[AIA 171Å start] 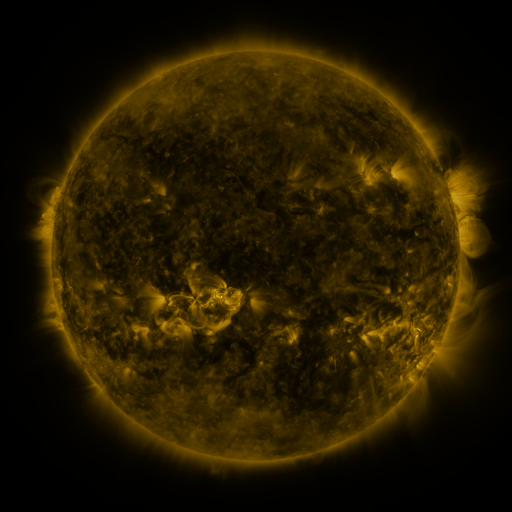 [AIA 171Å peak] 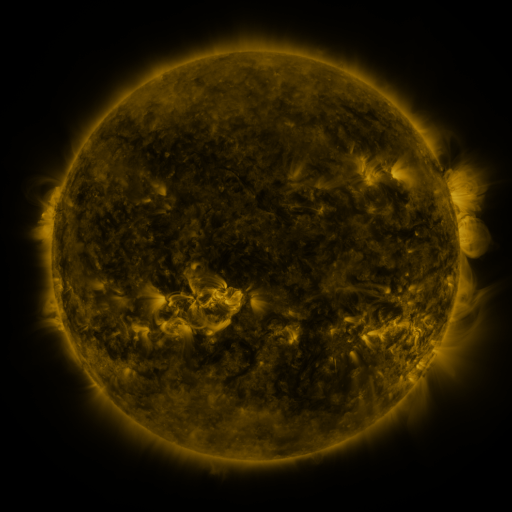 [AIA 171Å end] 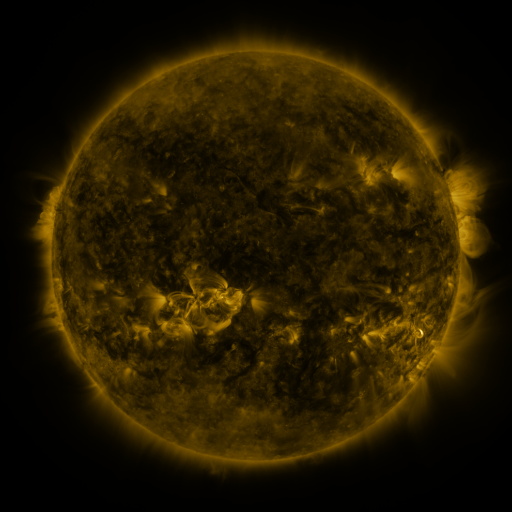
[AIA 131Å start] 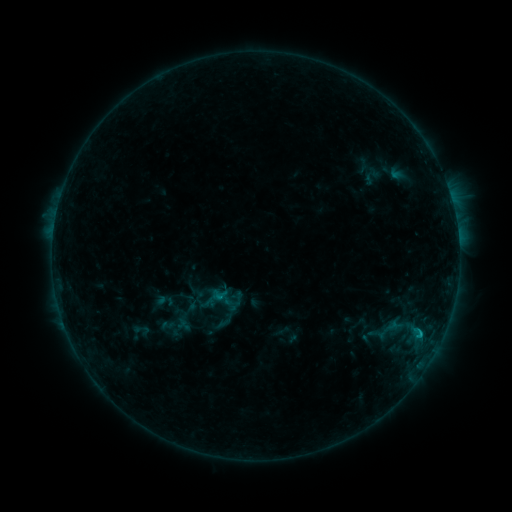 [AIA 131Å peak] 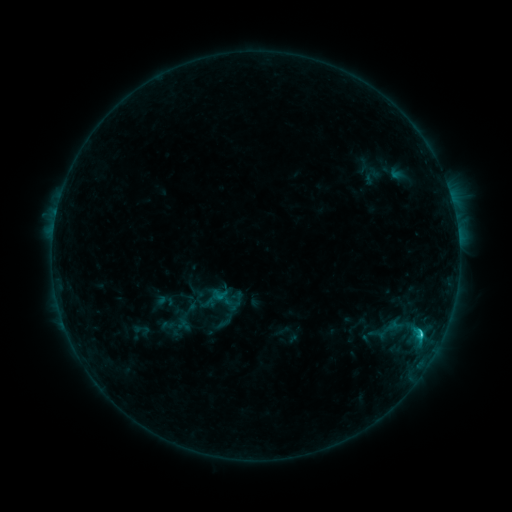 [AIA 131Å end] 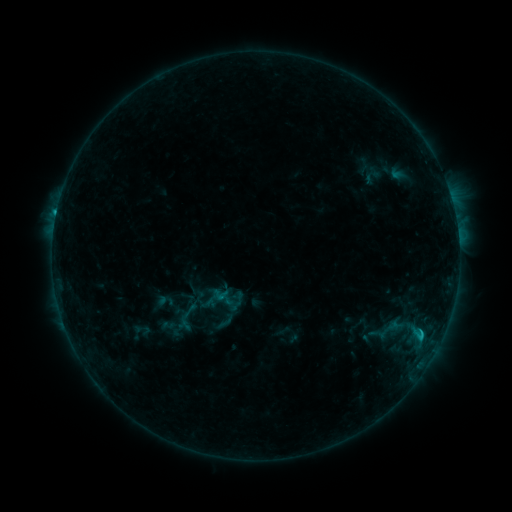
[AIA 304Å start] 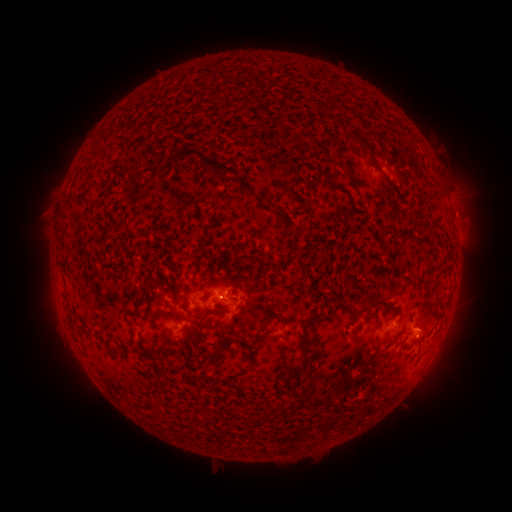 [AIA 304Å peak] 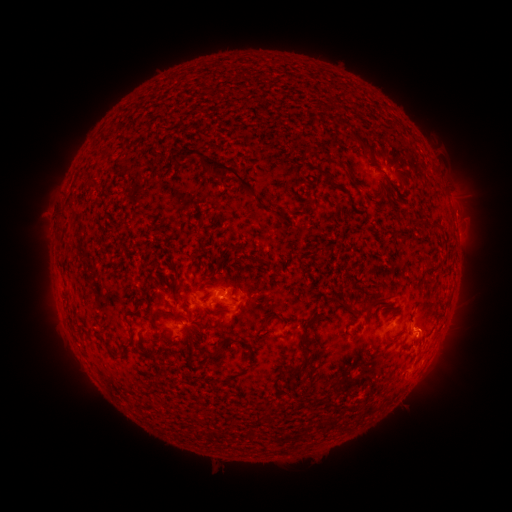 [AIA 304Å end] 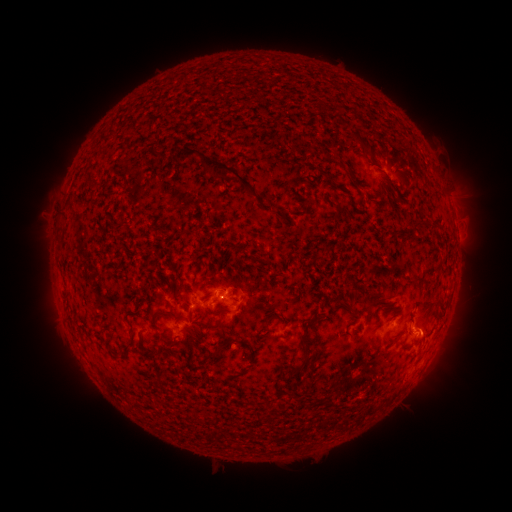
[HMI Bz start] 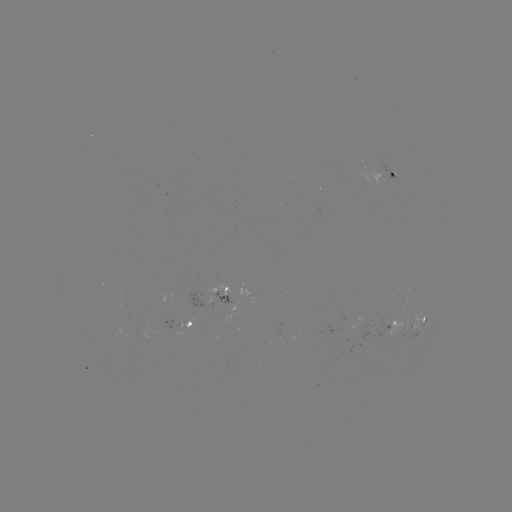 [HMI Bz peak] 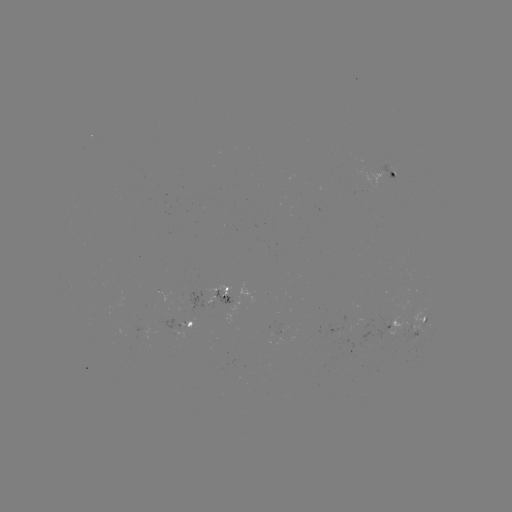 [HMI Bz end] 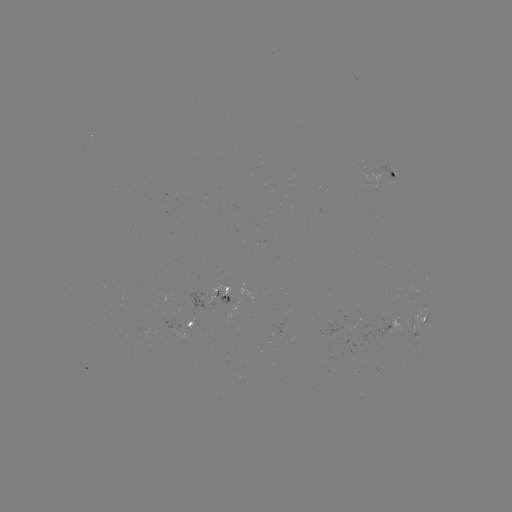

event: flare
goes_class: C1.6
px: (419, 334)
